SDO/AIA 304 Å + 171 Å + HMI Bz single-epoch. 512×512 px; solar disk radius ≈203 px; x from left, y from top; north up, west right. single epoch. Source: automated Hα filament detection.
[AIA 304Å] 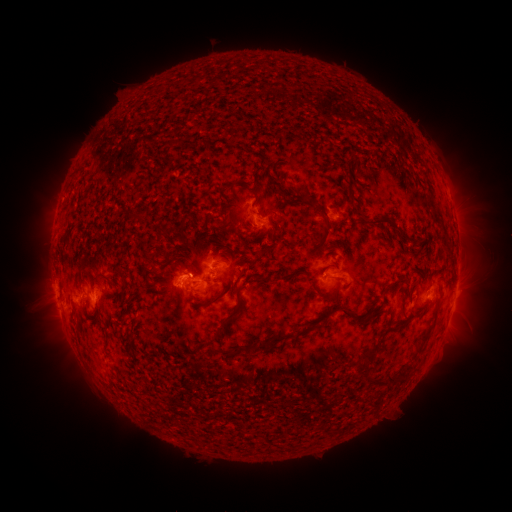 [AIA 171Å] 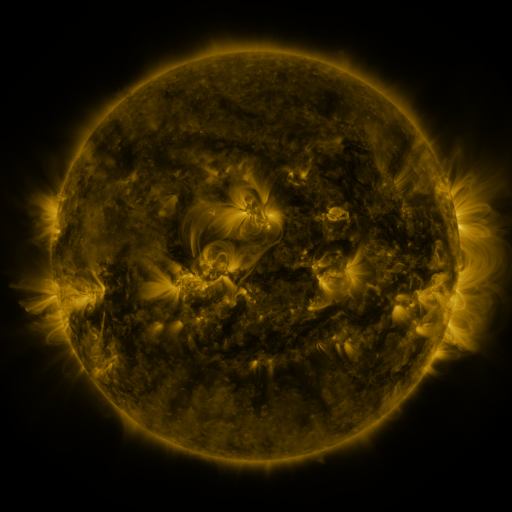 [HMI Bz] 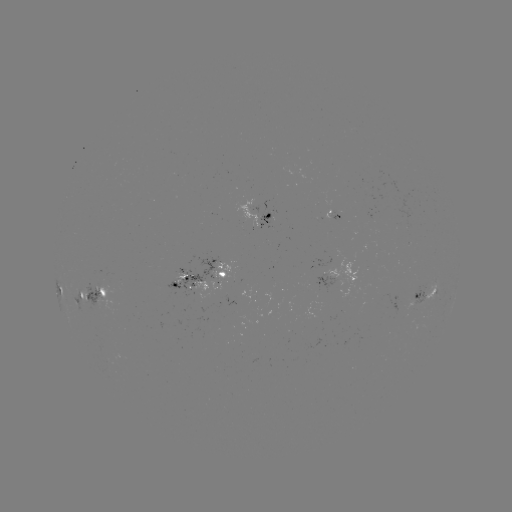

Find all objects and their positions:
filament: (167, 143)
filament: (274, 187)
filament: (252, 190)
filament: (285, 199)
filament: (385, 219)
filament: (277, 220)
filament: (326, 223)
filament: (232, 227)
filament: (164, 235)
filament: (150, 259)
filament: (178, 266)
filament: (155, 271)
filament: (290, 275)
filament: (121, 276)
filament: (263, 280)
filament: (93, 283)
filament: (325, 296)
filament: (216, 300)
filament: (338, 309)
filament: (229, 318)
filament: (79, 330)
filament: (276, 341)
filament: (372, 353)
filament: (233, 354)
filament: (398, 377)
filament: (267, 378)
filament: (377, 381)
